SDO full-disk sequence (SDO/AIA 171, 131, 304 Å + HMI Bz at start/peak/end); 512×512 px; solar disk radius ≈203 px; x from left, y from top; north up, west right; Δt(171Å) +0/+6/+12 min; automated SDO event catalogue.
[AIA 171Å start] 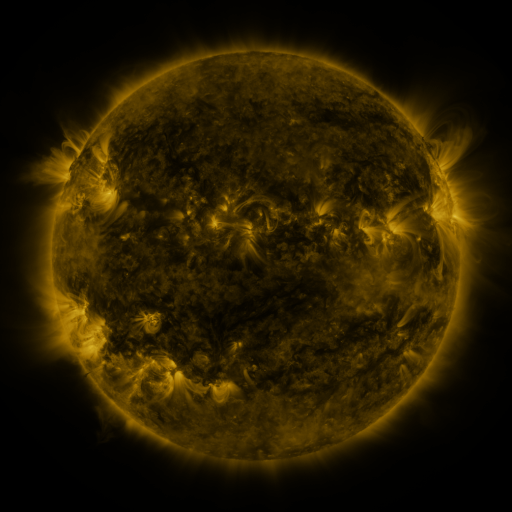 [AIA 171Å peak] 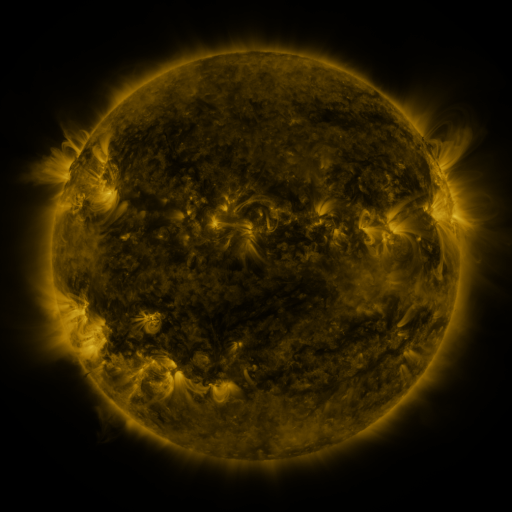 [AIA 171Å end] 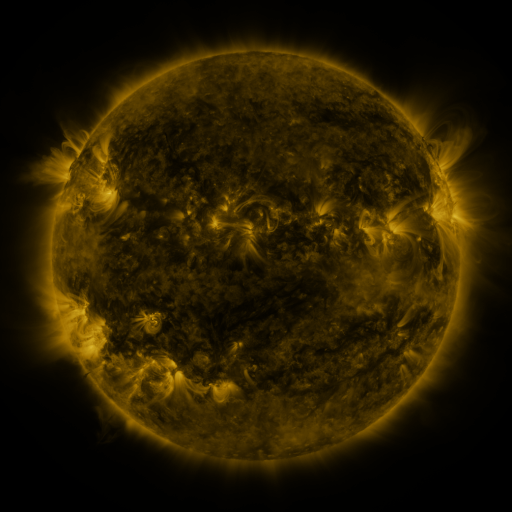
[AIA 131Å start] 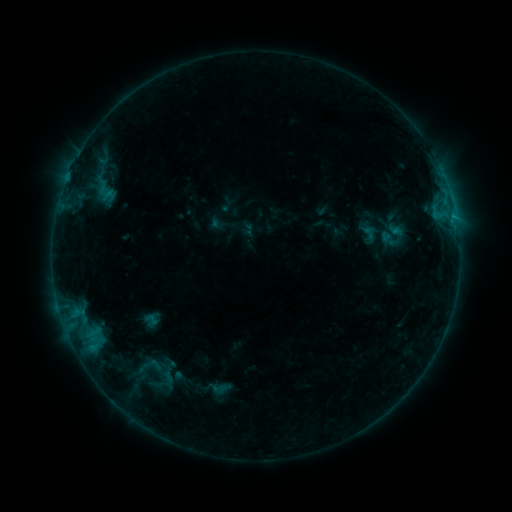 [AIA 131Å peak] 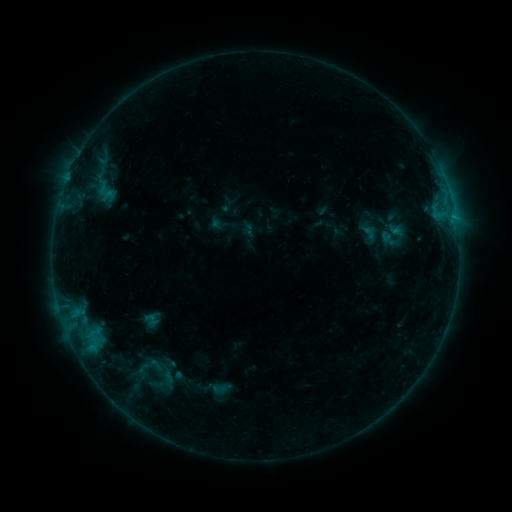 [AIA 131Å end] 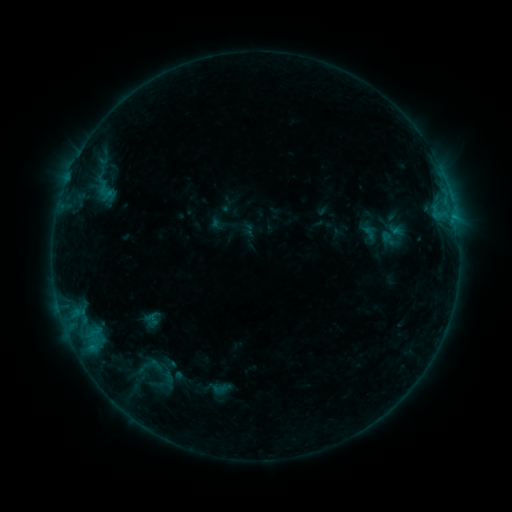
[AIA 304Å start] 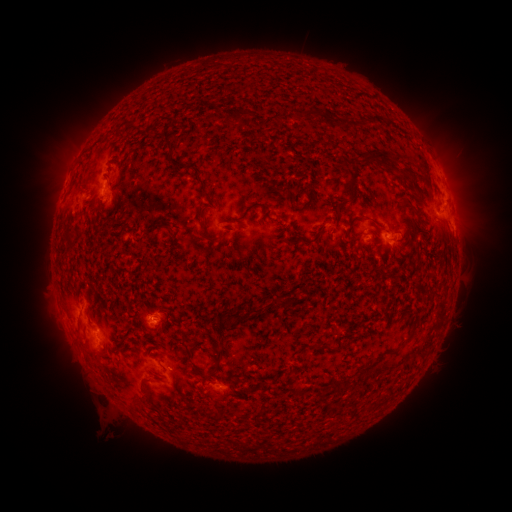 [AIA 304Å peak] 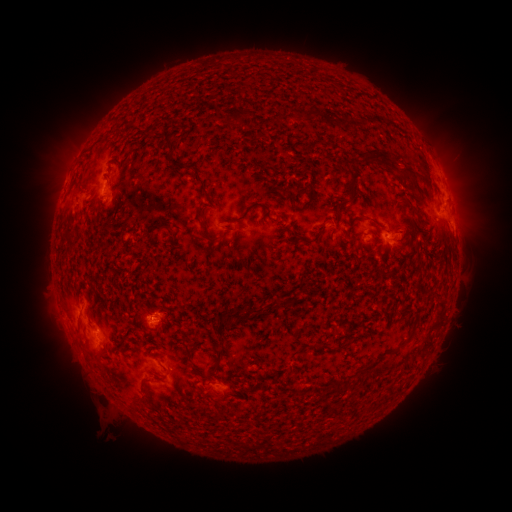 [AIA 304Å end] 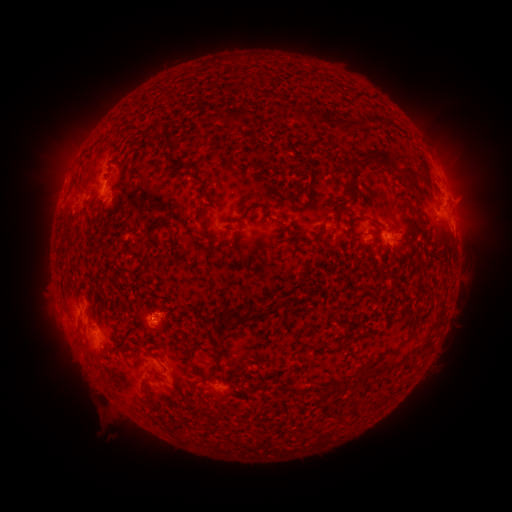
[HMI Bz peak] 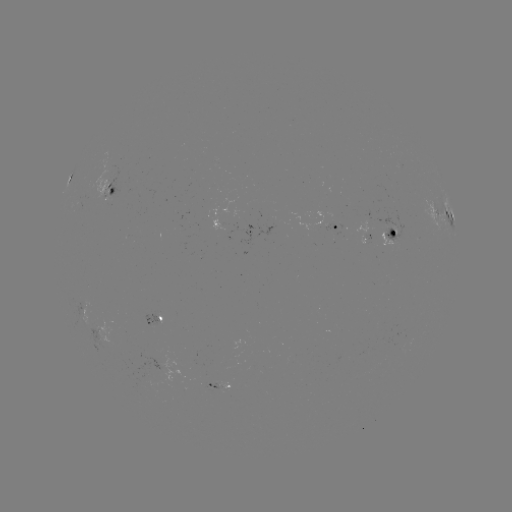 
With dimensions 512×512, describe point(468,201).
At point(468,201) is eruption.